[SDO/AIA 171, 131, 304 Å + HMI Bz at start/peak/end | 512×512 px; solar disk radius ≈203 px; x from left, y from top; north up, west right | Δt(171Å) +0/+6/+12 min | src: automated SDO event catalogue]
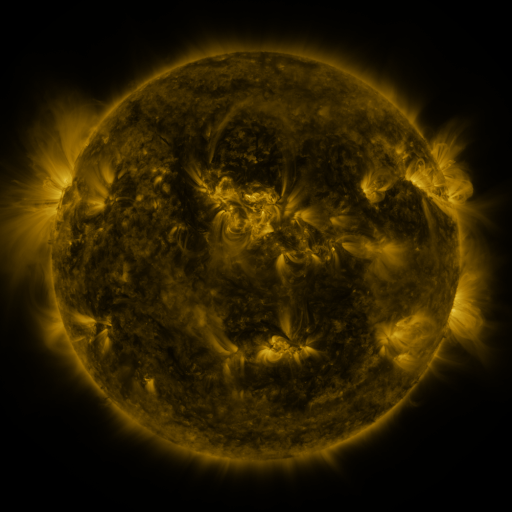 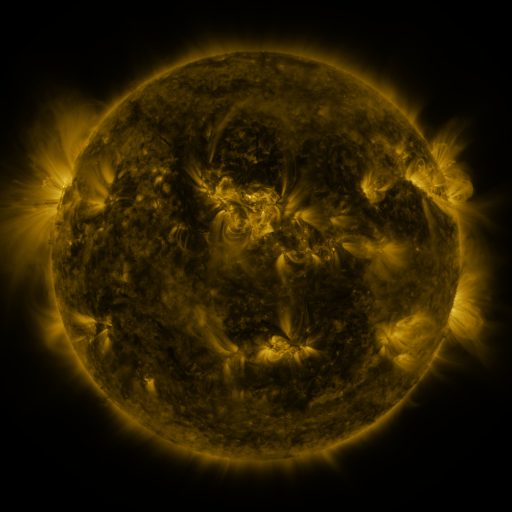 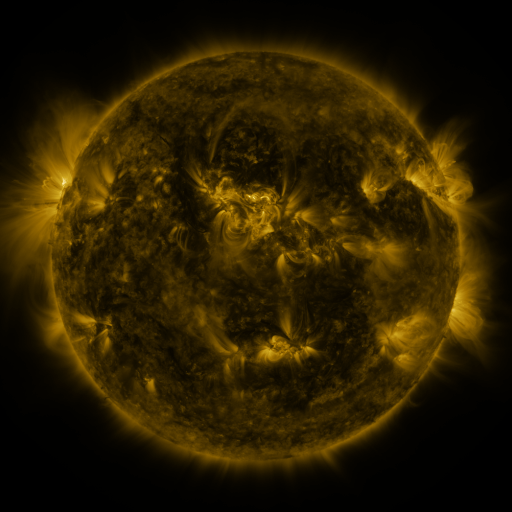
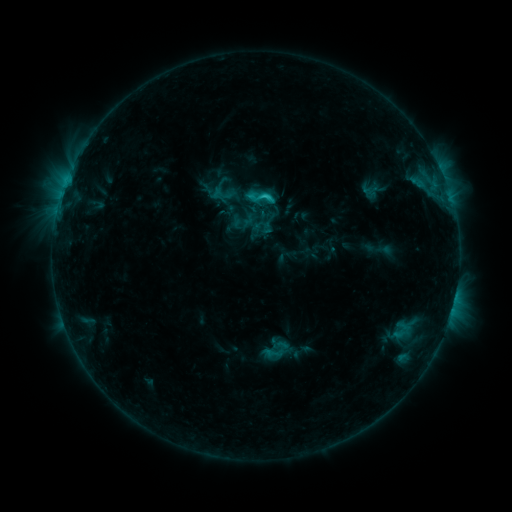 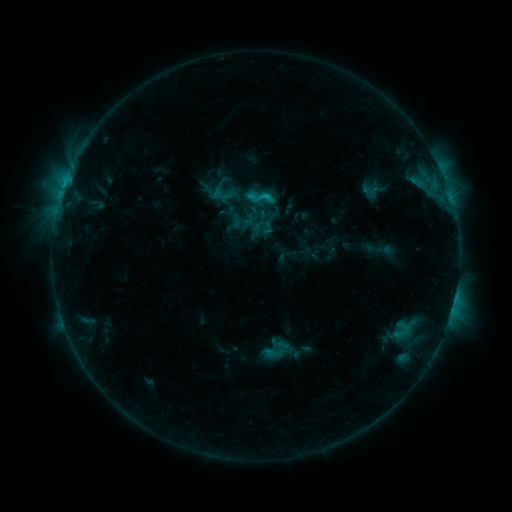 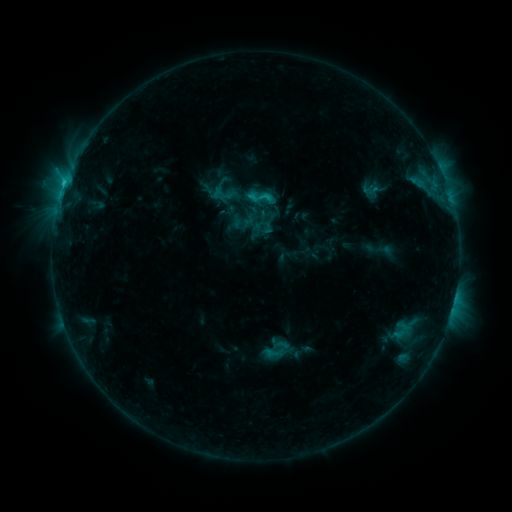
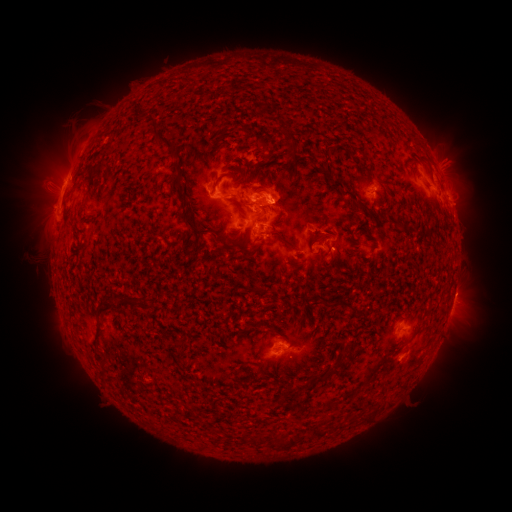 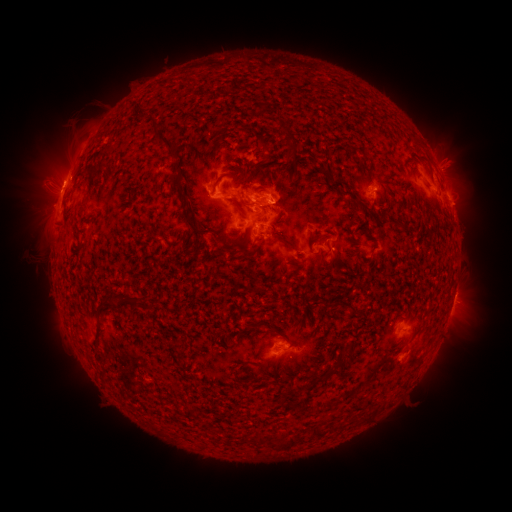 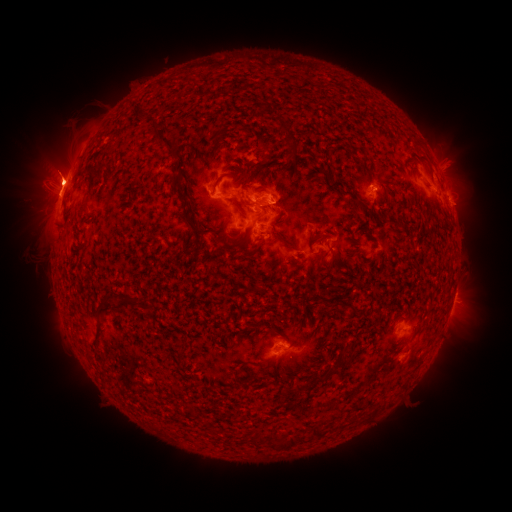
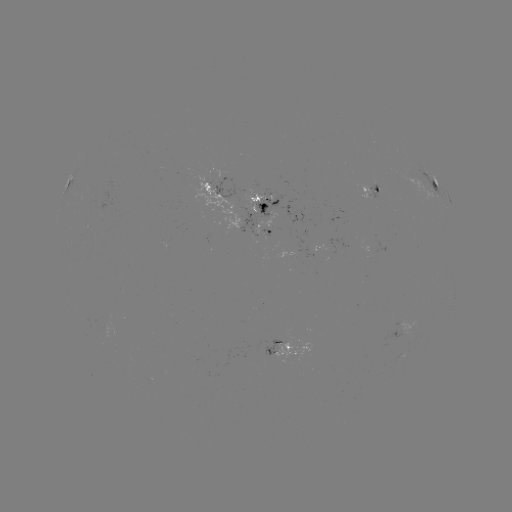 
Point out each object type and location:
eruption: (59, 178)
